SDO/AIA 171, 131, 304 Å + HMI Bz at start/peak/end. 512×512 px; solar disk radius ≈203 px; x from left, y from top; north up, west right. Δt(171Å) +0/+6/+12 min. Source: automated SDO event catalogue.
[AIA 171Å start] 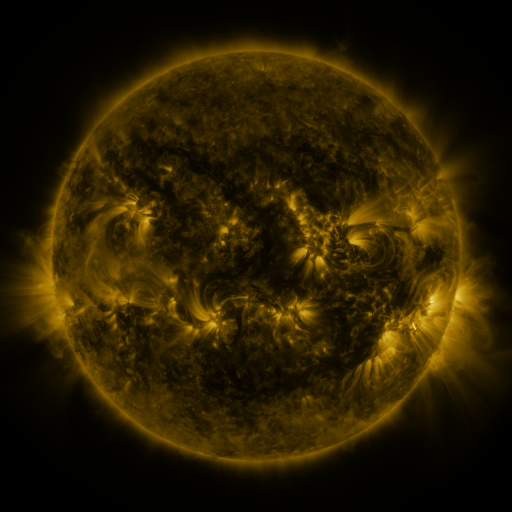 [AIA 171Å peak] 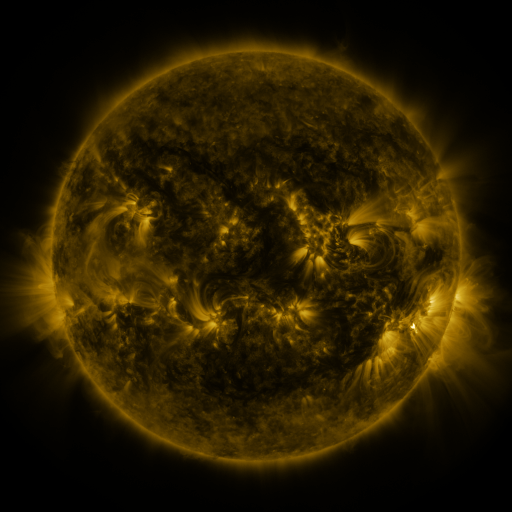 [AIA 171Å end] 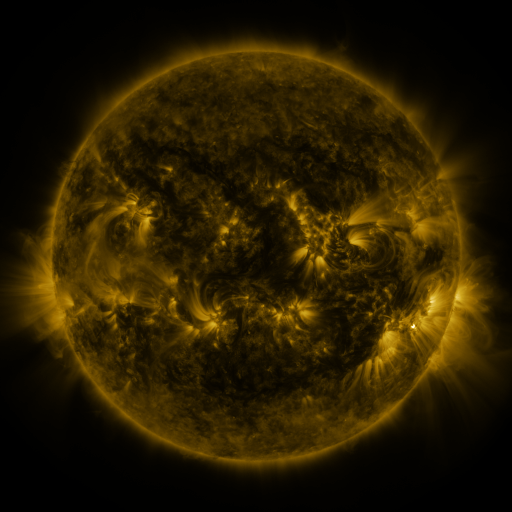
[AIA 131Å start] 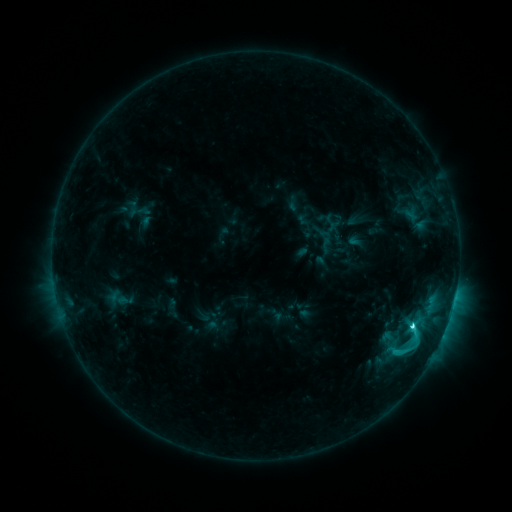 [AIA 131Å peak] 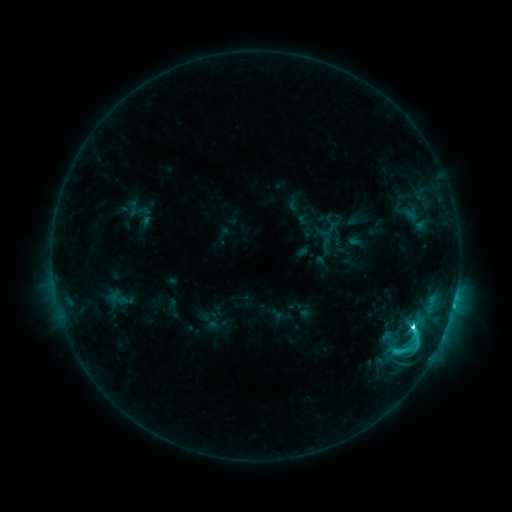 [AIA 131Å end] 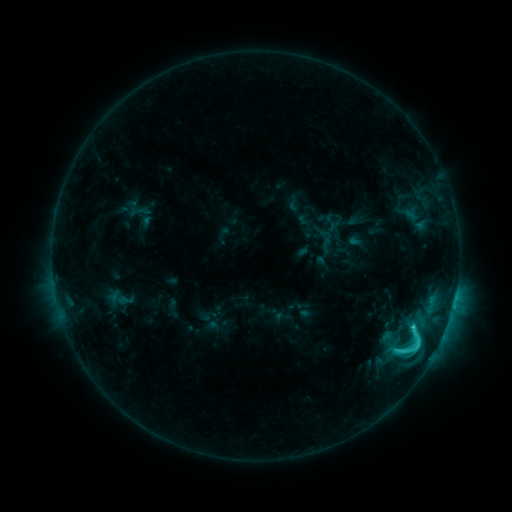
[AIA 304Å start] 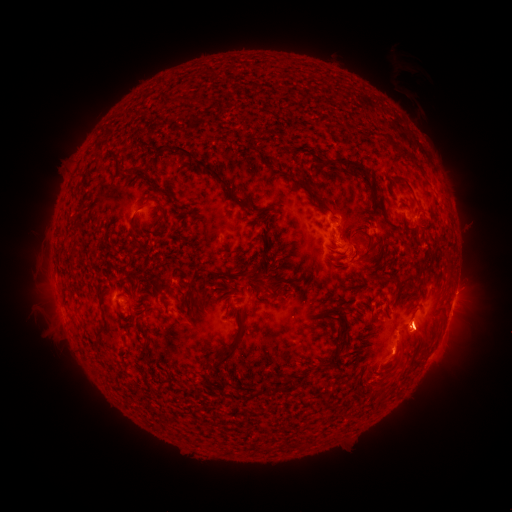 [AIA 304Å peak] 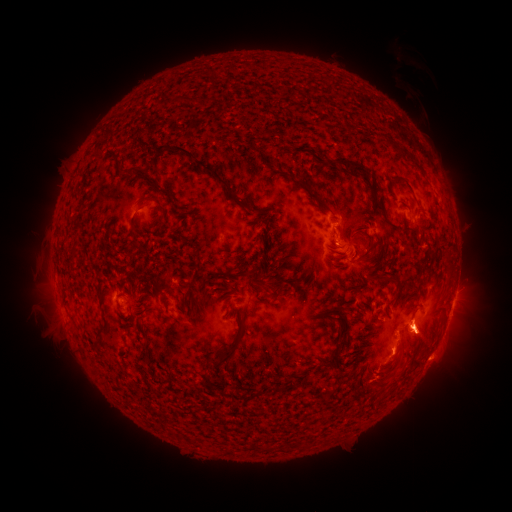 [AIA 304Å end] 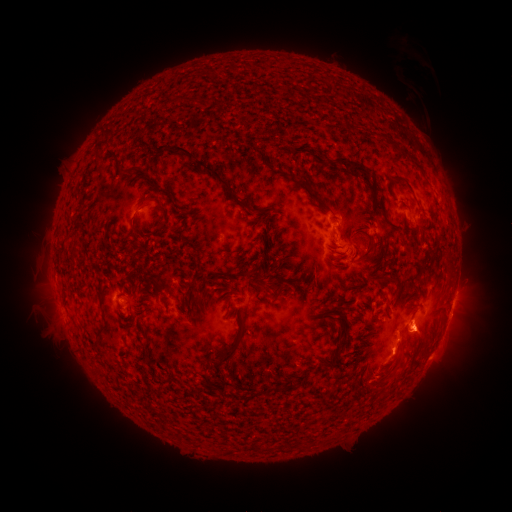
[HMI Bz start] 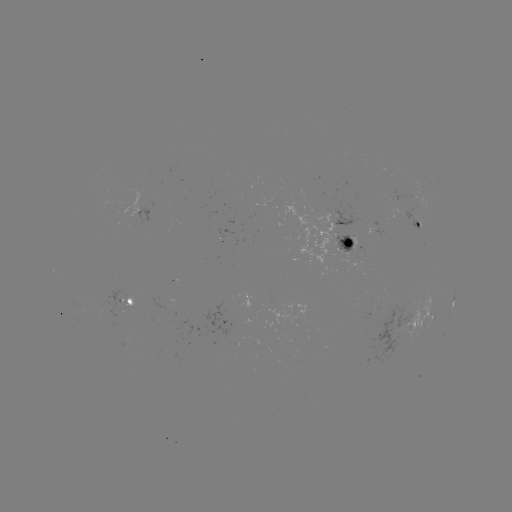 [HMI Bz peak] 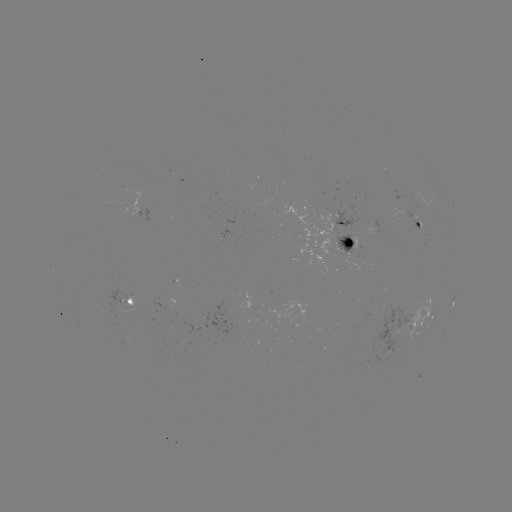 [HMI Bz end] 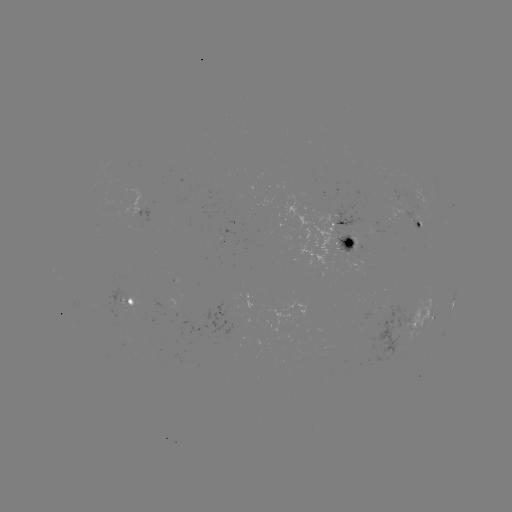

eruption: <bbox>375, 284, 493, 398</bbox>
